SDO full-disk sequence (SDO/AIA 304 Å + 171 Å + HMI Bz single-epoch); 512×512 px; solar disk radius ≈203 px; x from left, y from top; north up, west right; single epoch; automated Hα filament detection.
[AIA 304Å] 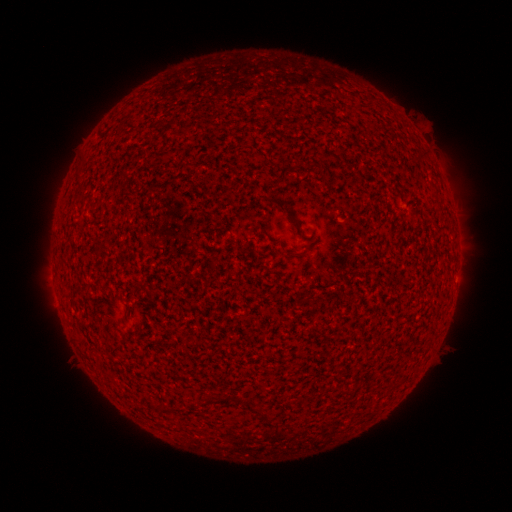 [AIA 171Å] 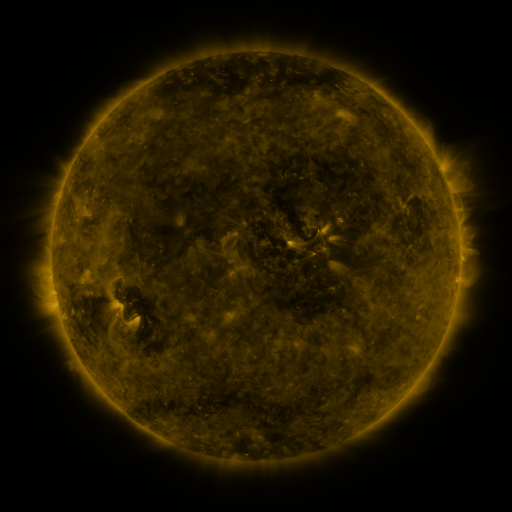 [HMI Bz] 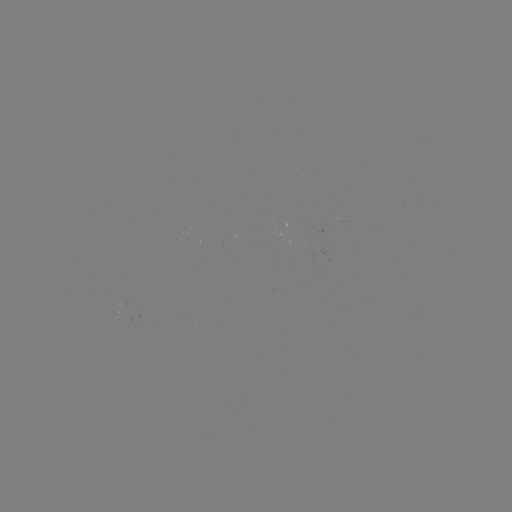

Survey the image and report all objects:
filament: (366, 106)
filament: (310, 168)
filament: (282, 174)
filament: (275, 202)
filament: (298, 227)
filament: (264, 232)
filament: (221, 398)
filament: (178, 410)
filament: (258, 411)
